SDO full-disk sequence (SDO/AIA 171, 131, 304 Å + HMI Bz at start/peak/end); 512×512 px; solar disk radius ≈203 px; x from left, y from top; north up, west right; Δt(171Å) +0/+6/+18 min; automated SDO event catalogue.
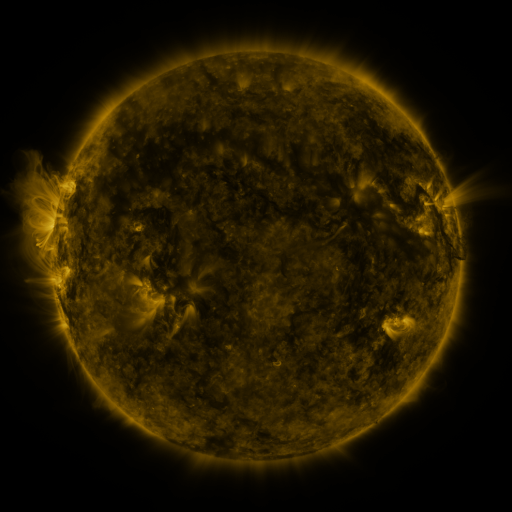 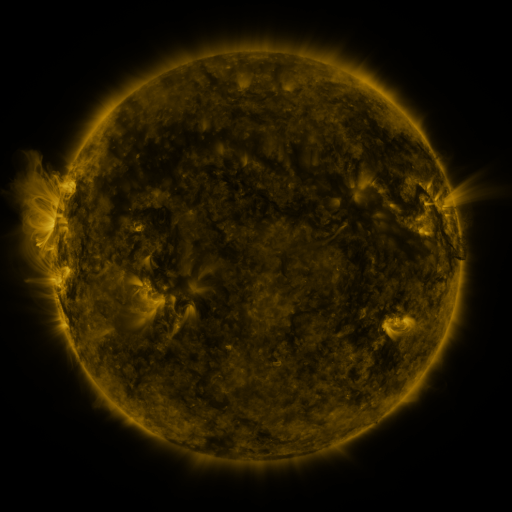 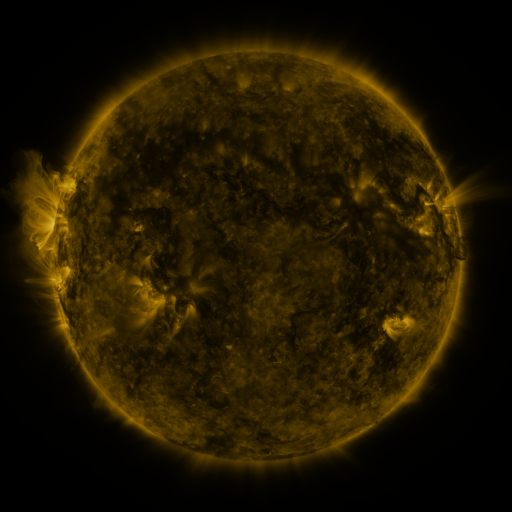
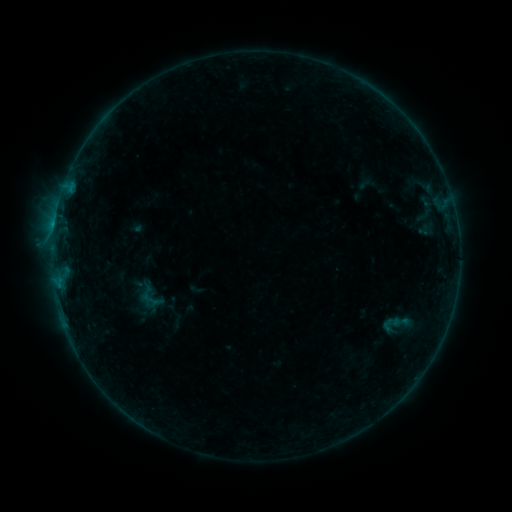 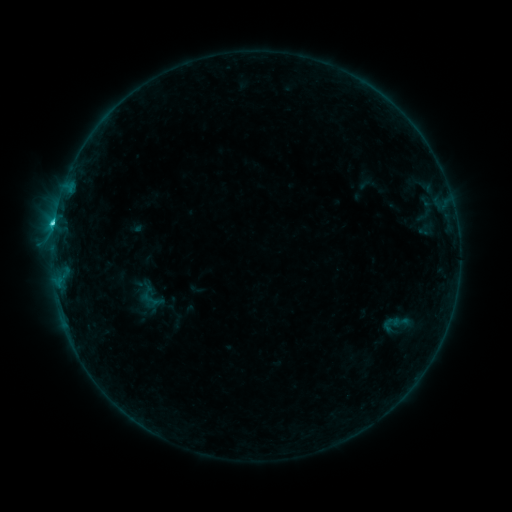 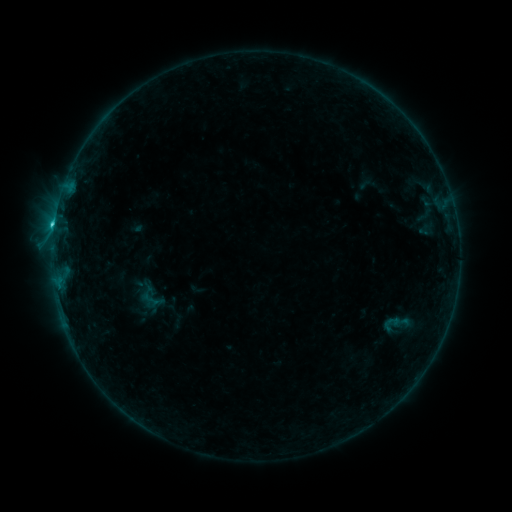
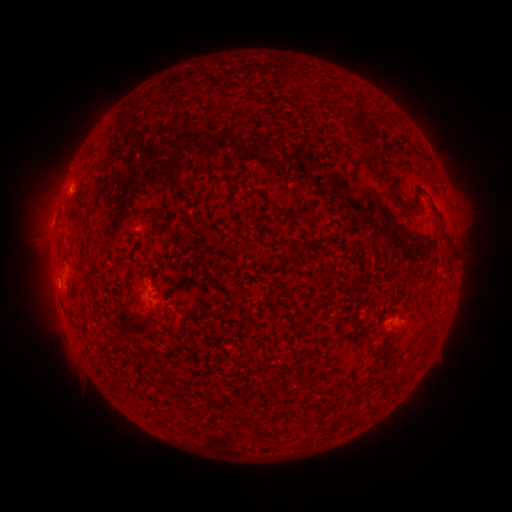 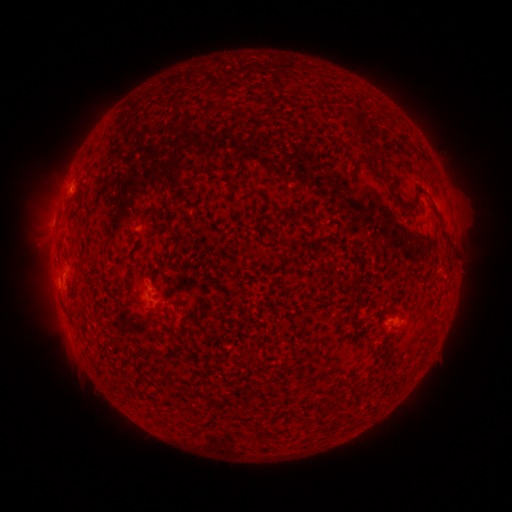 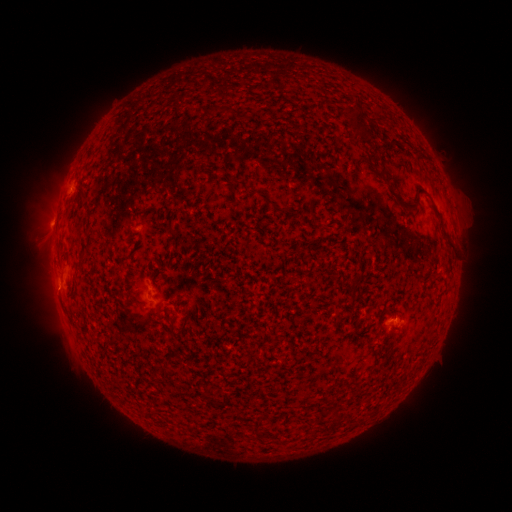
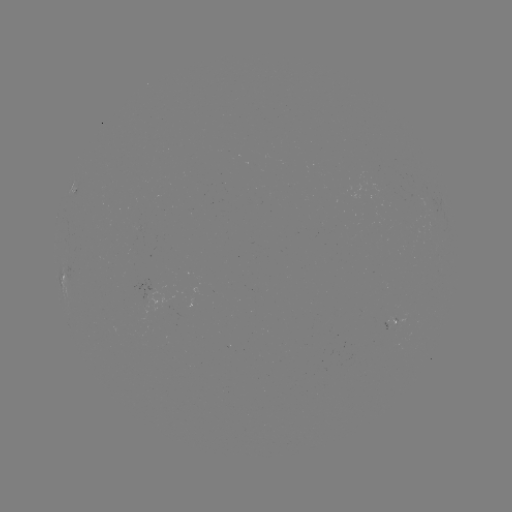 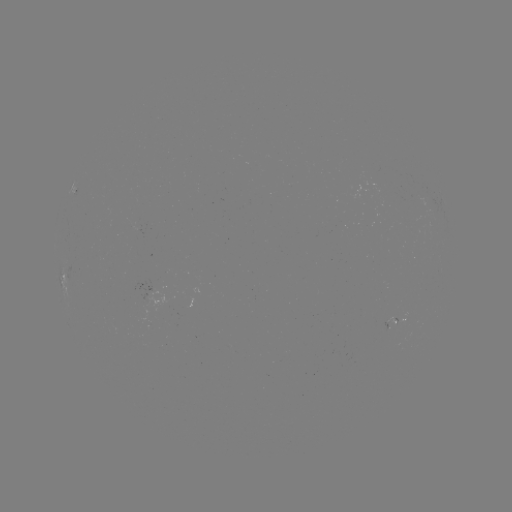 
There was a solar flare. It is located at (55, 224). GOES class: C2.7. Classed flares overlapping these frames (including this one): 1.